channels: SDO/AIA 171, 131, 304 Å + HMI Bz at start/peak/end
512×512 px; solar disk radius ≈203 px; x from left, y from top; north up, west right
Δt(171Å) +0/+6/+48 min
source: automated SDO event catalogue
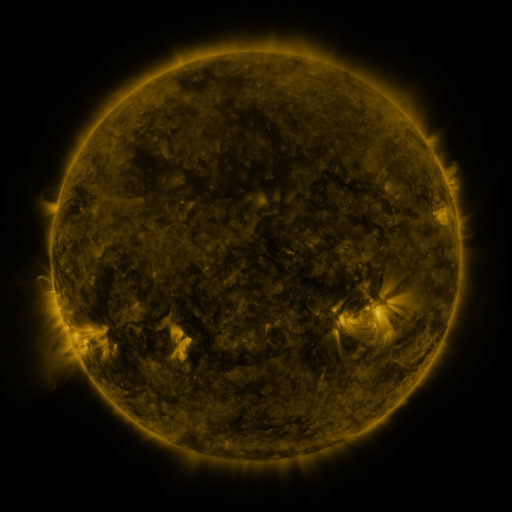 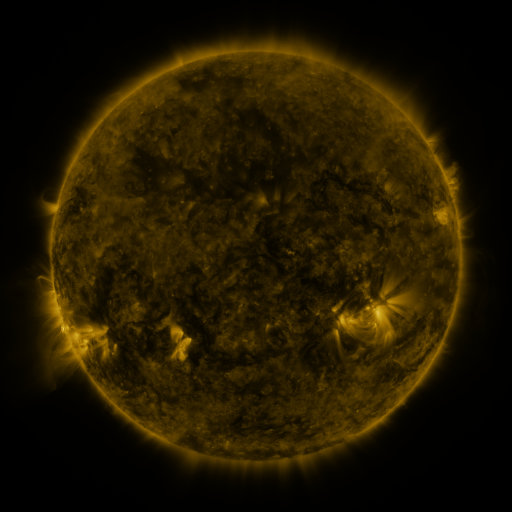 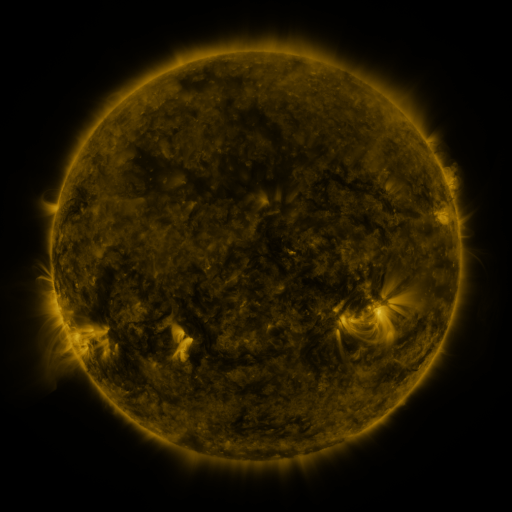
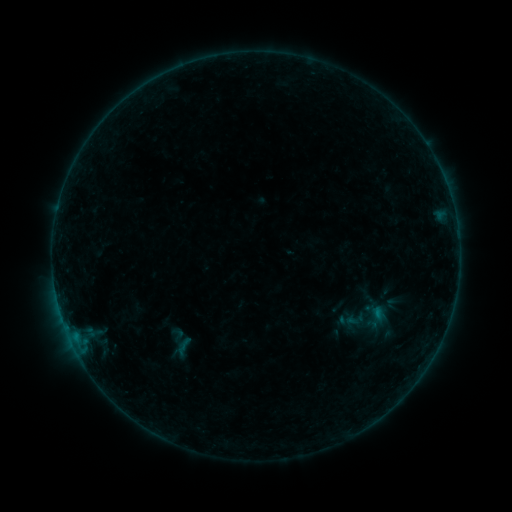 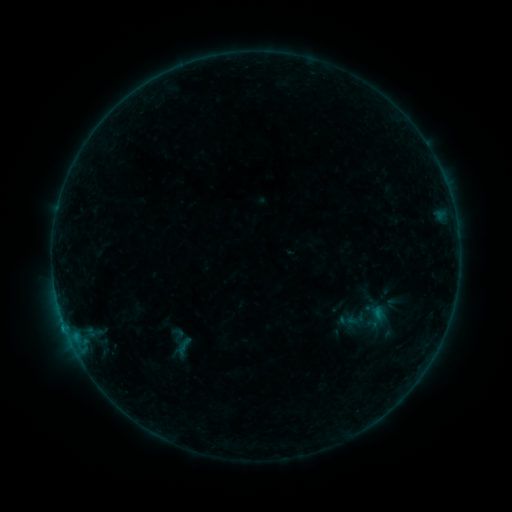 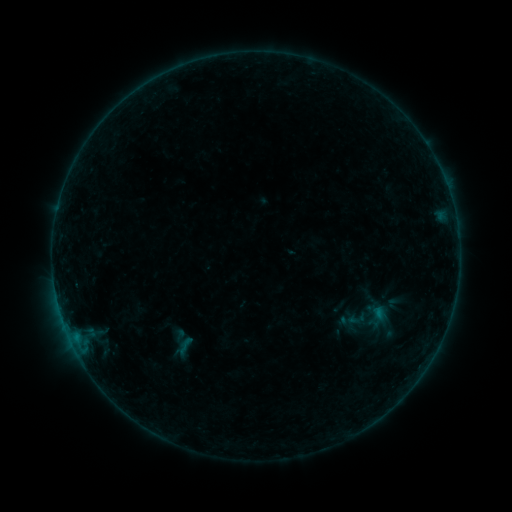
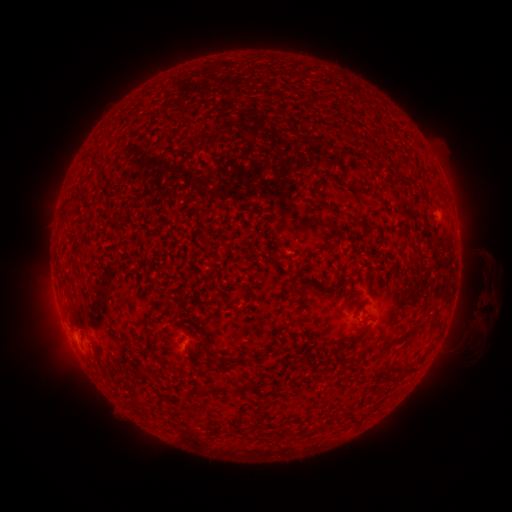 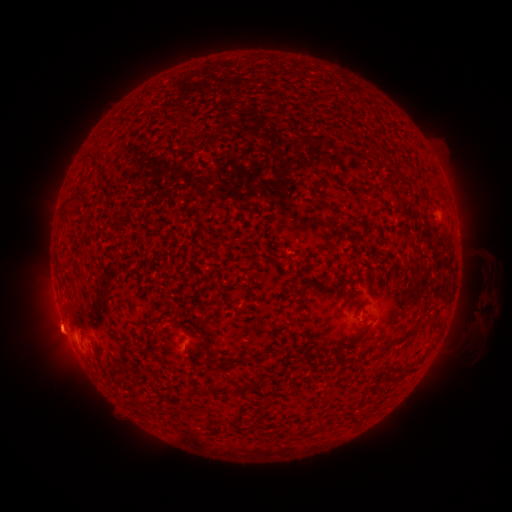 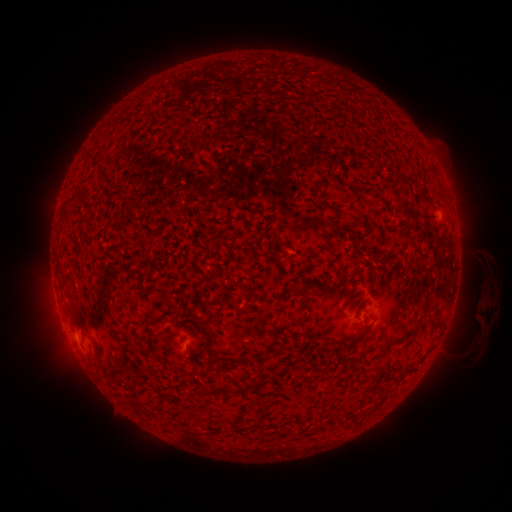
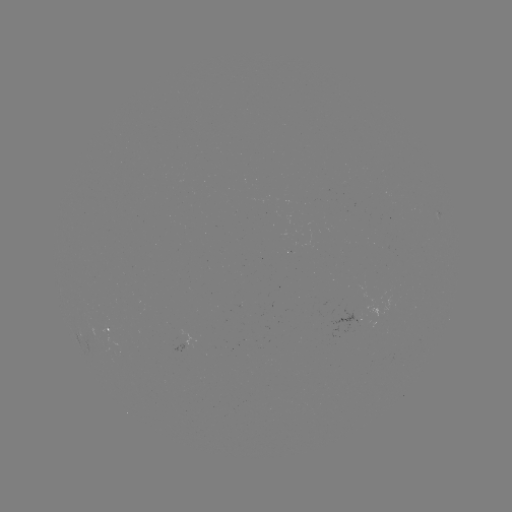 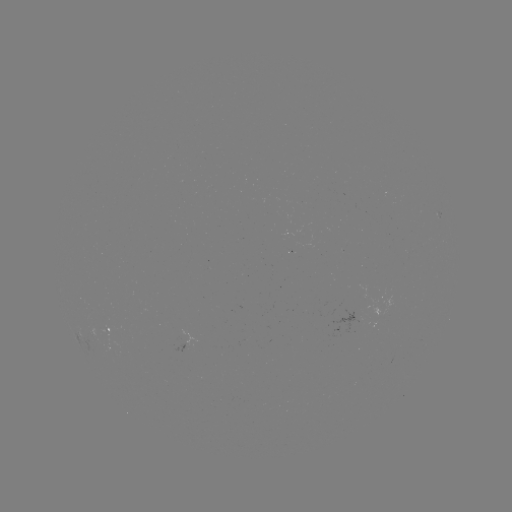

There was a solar flare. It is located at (357, 412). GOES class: B1.8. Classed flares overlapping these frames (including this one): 1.